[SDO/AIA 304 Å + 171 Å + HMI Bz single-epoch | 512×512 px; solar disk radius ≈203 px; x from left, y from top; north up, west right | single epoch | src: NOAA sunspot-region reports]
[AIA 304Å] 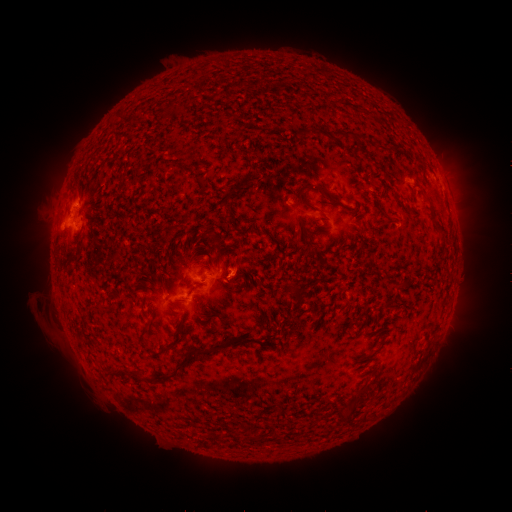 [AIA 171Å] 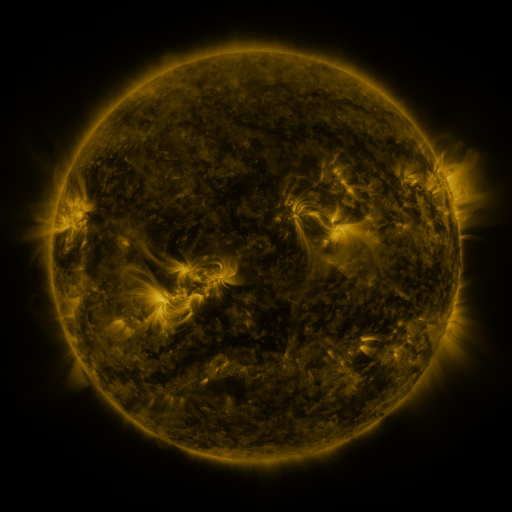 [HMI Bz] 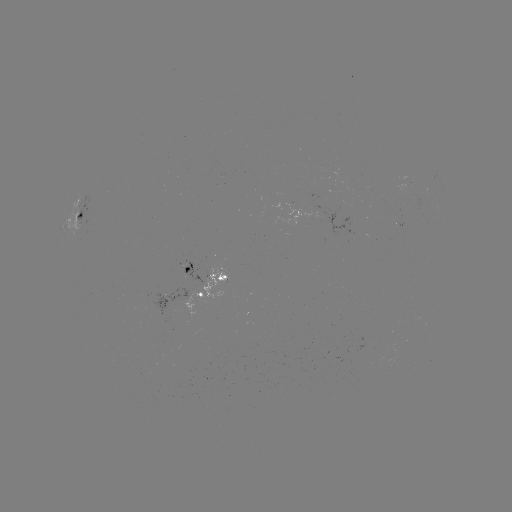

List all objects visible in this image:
spotted active region: (85, 221)
spotted active region: (210, 275)
spotted active region: (207, 296)
